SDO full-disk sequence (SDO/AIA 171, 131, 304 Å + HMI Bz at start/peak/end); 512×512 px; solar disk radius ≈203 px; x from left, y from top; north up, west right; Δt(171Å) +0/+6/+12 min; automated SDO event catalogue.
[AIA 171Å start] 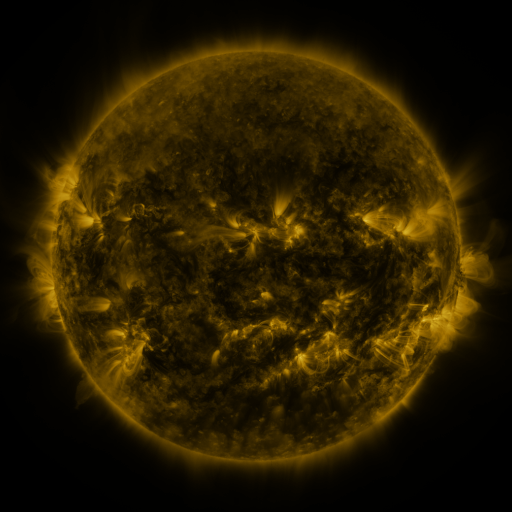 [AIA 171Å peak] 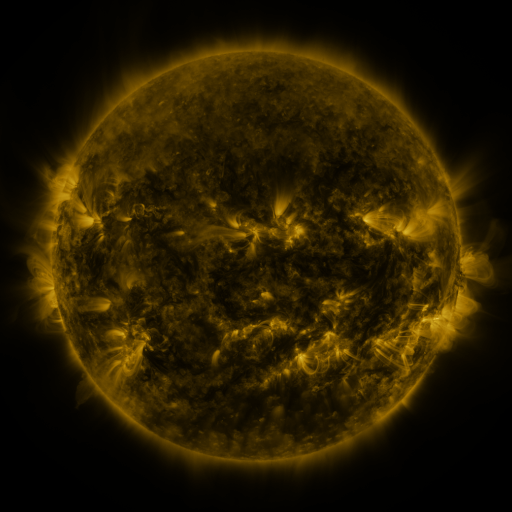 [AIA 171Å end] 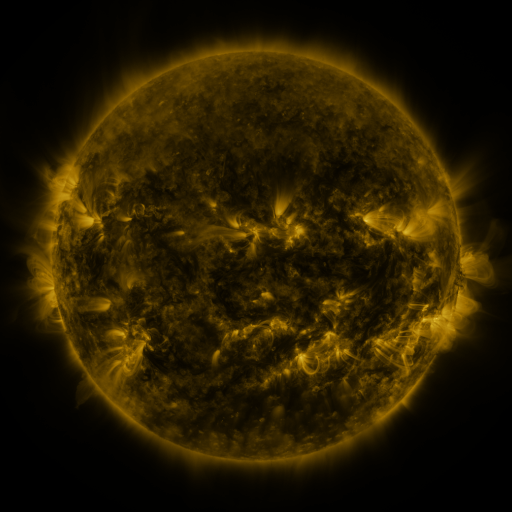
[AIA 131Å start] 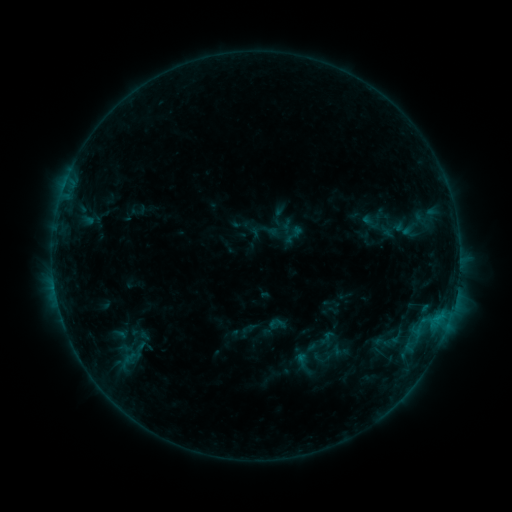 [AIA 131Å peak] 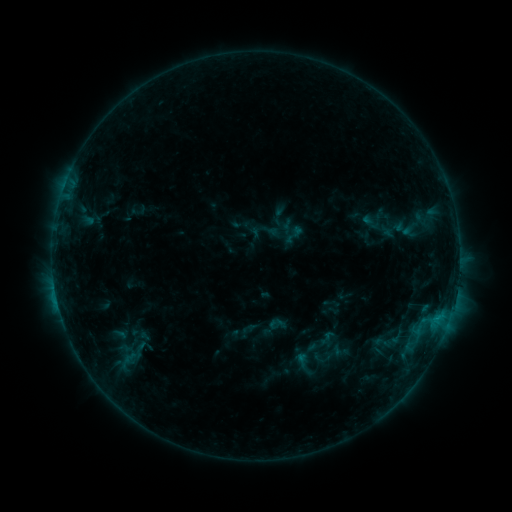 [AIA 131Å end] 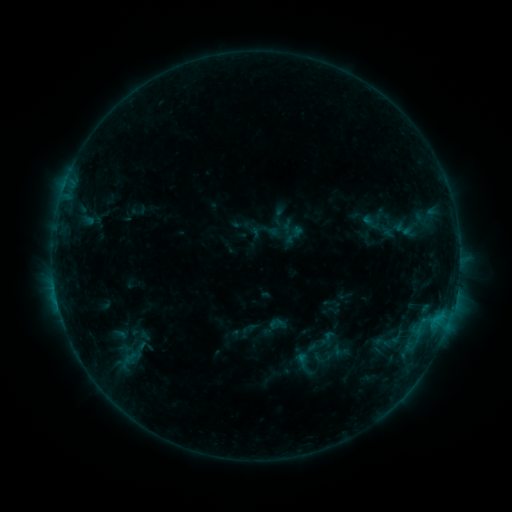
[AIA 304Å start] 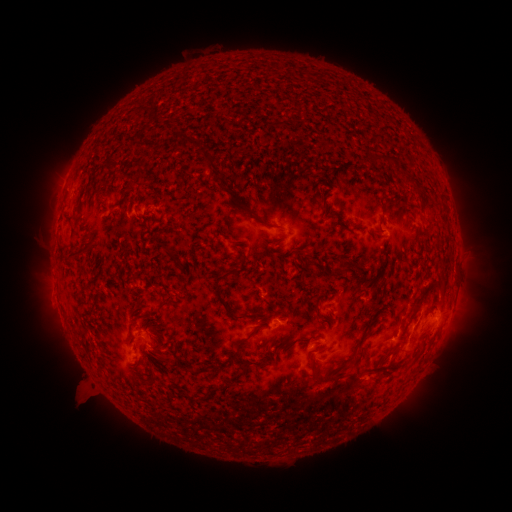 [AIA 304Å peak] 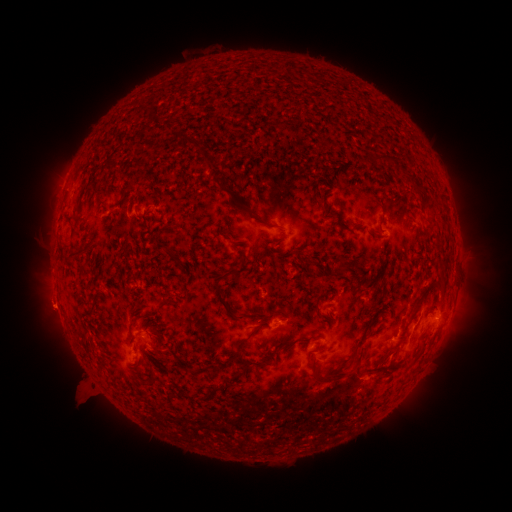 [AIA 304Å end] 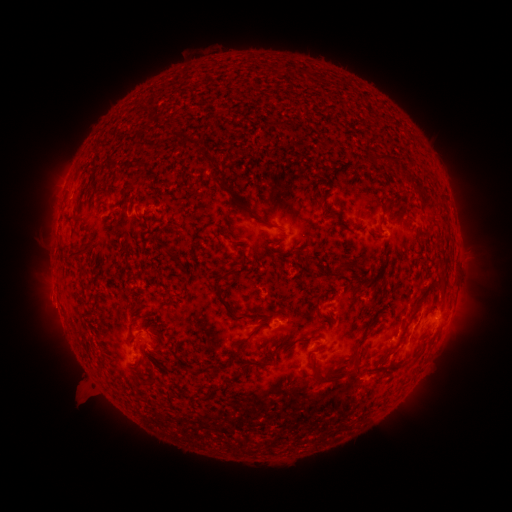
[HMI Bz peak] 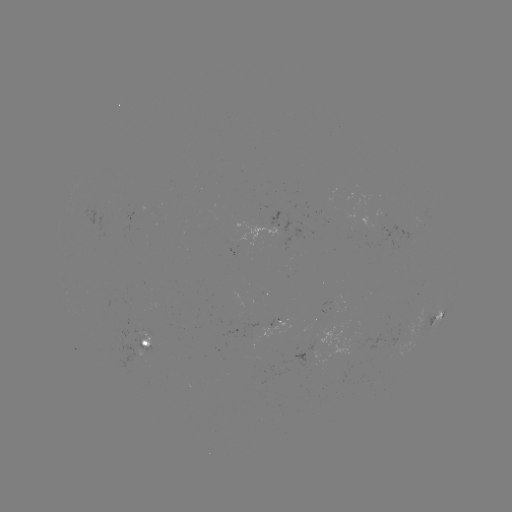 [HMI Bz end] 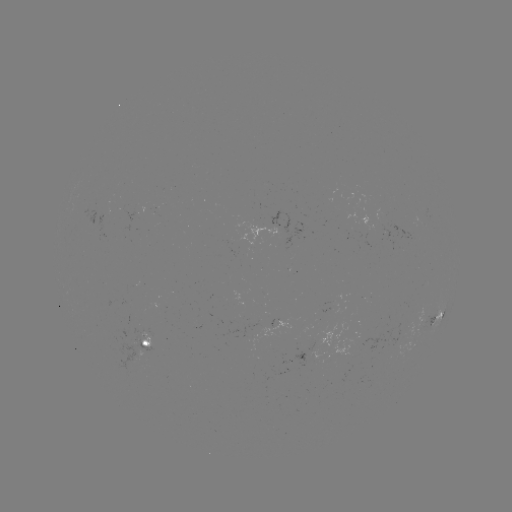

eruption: <bbox>22, 283, 83, 341</bbox>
